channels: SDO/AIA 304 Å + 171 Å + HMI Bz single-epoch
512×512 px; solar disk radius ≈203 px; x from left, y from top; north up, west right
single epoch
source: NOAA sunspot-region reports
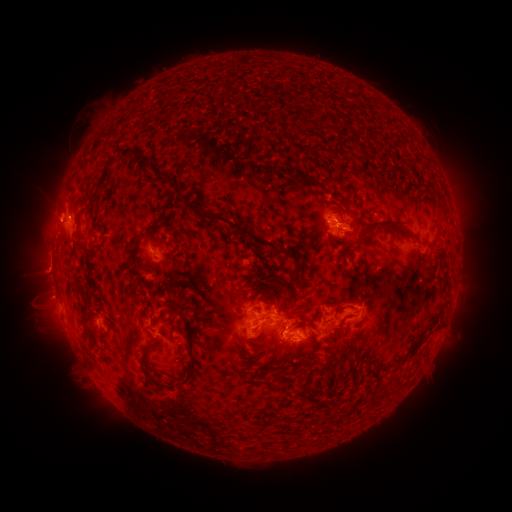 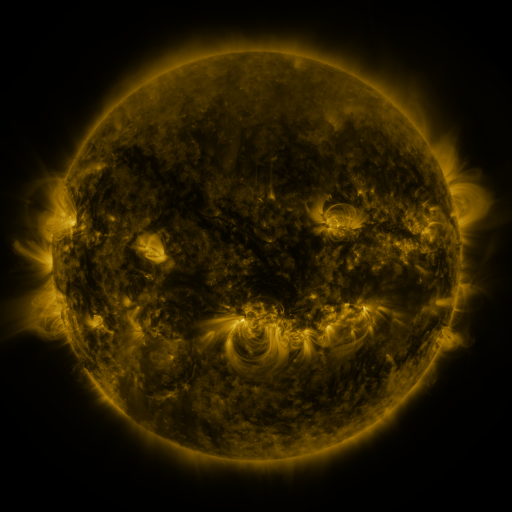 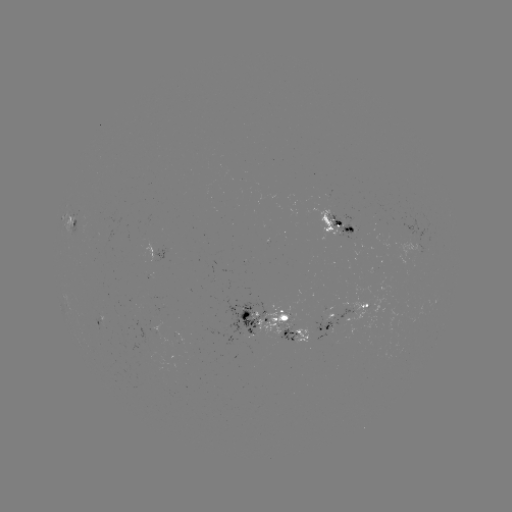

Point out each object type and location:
spotted active region: (338, 221)
spotted active region: (72, 223)
spotted active region: (413, 228)
spotted active region: (423, 244)
spotted active region: (160, 252)
spotted active region: (349, 315)
spotted active region: (273, 318)
spotted active region: (289, 338)
